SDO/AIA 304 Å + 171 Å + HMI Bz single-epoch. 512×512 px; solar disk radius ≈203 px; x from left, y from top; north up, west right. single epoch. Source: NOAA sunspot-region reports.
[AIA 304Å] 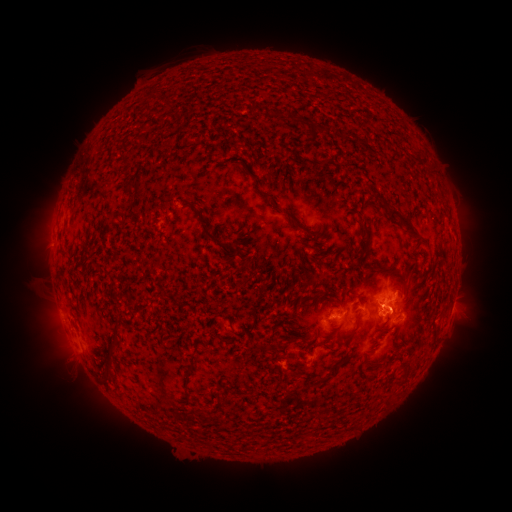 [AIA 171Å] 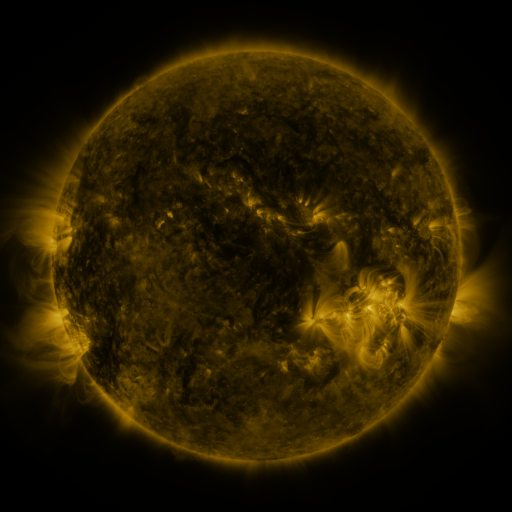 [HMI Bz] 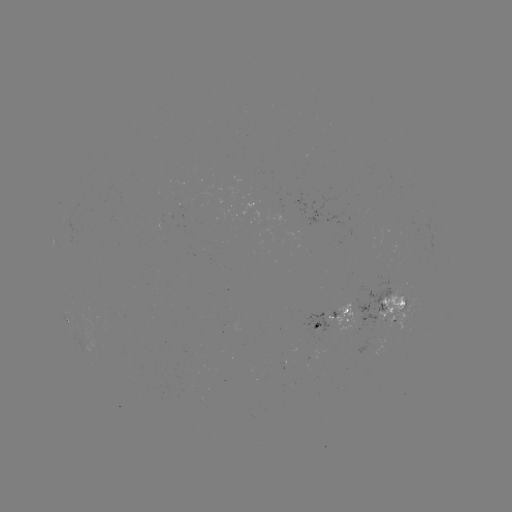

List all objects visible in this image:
spotted active region: (337, 310)
spotted active region: (391, 311)
